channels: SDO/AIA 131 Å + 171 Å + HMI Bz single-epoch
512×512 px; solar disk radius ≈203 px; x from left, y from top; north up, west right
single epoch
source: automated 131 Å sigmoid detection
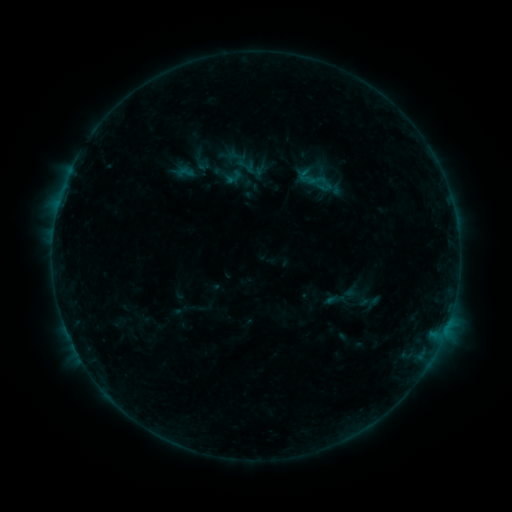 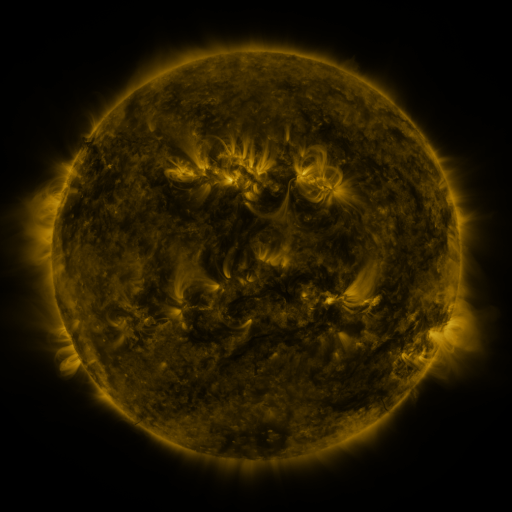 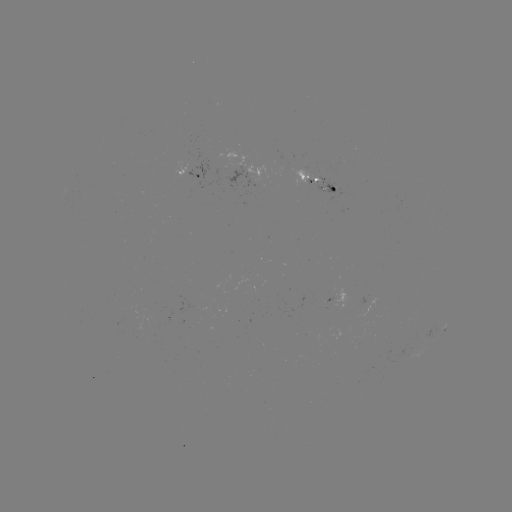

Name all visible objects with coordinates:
sigmoid: (234, 155, 257, 177)
sigmoid: (359, 289, 381, 313)
